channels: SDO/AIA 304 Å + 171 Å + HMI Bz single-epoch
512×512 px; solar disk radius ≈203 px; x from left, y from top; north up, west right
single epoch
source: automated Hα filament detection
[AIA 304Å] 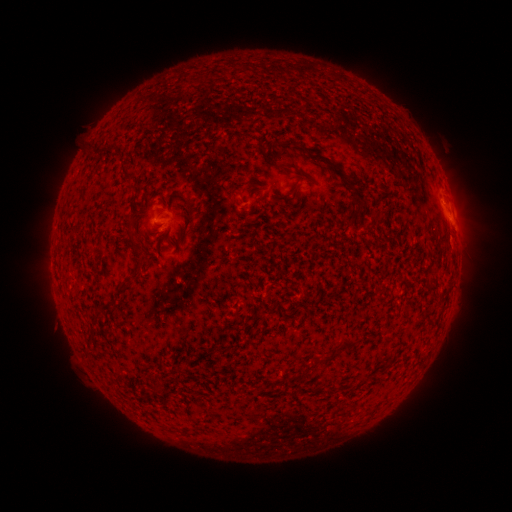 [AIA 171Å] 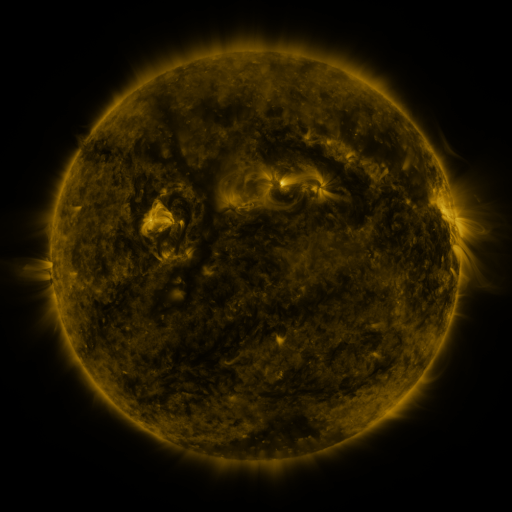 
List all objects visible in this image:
filament: (262, 149)
filament: (306, 149)
filament: (296, 168)
filament: (125, 173)
filament: (351, 182)
filament: (193, 223)
filament: (131, 231)
filament: (101, 249)
filament: (136, 275)
filament: (350, 343)
filament: (325, 360)
filament: (304, 372)
filament: (158, 387)
